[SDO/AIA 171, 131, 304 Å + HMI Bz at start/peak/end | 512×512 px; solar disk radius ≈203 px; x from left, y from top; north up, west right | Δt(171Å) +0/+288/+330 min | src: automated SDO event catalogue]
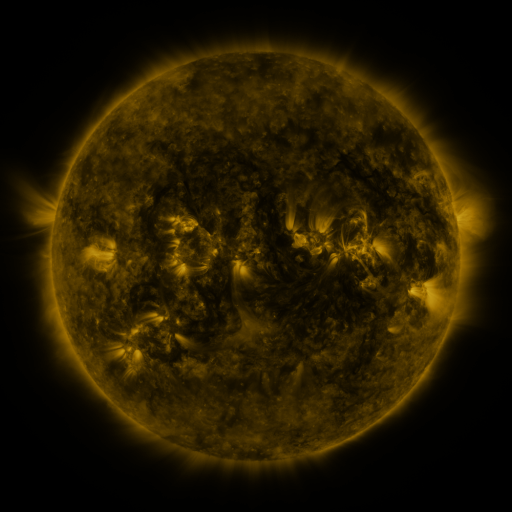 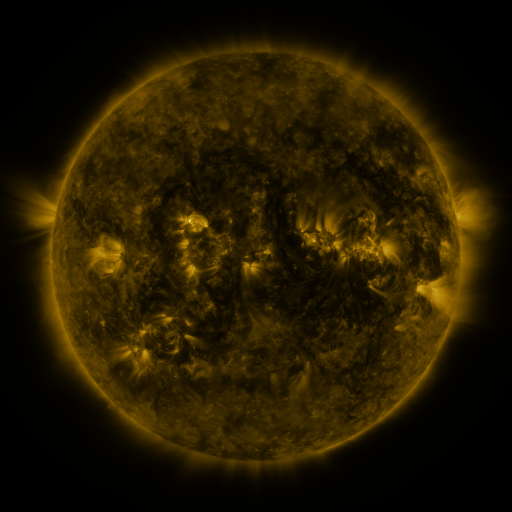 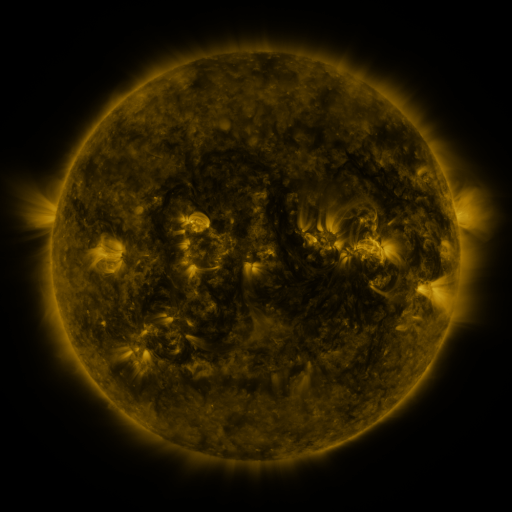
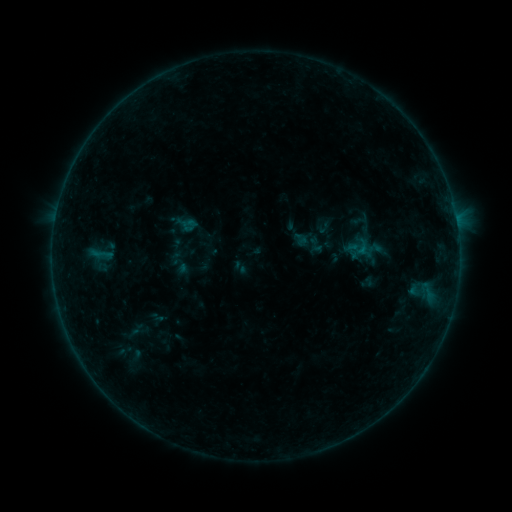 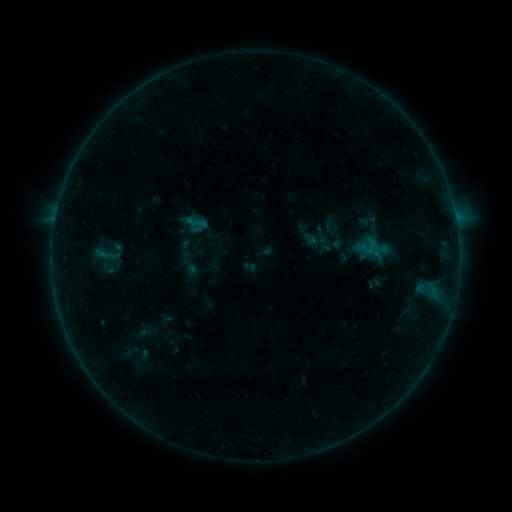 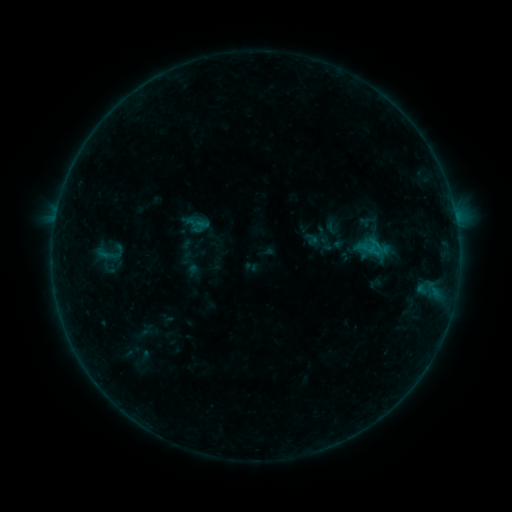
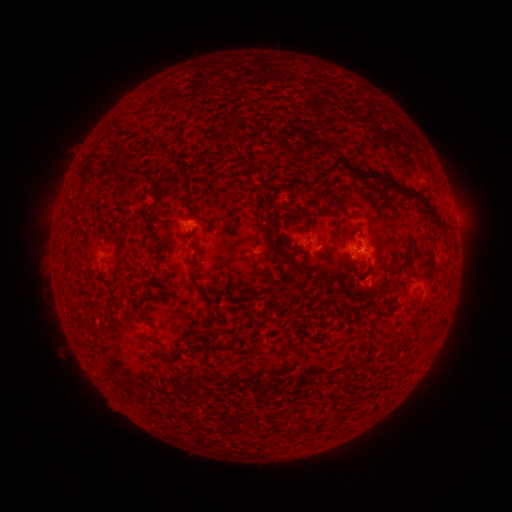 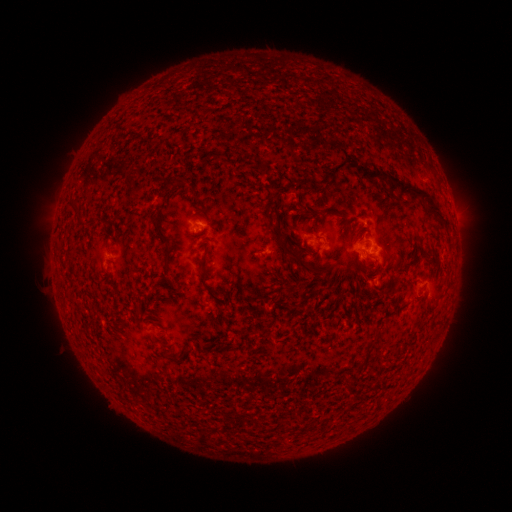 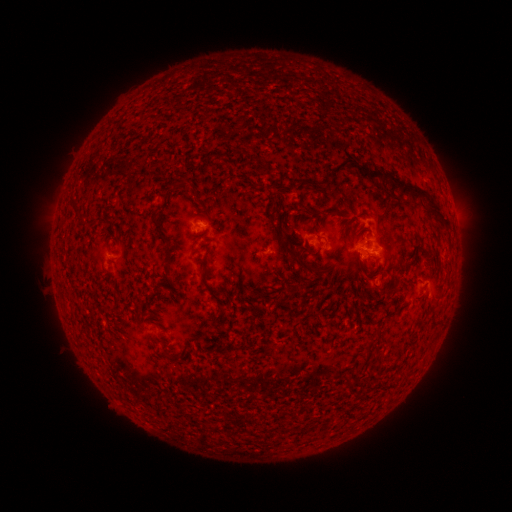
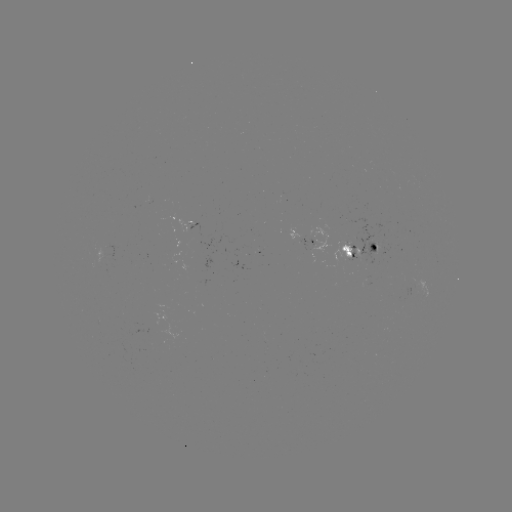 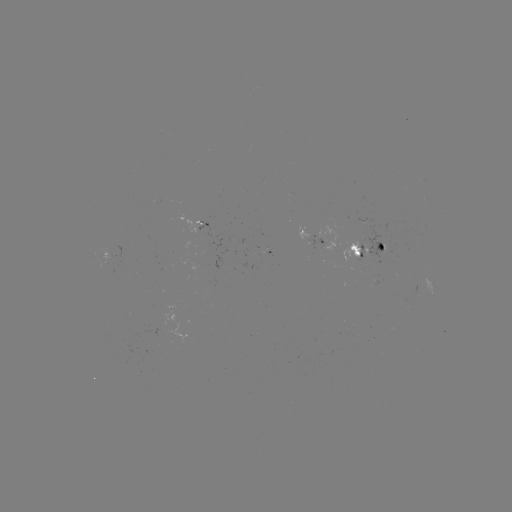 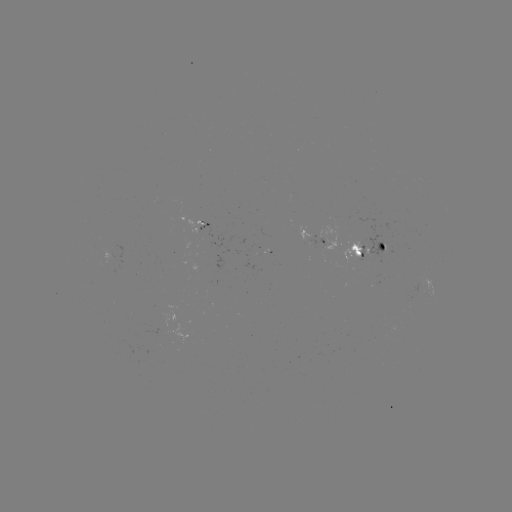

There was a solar emerging-flux region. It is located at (376, 255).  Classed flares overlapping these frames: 2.